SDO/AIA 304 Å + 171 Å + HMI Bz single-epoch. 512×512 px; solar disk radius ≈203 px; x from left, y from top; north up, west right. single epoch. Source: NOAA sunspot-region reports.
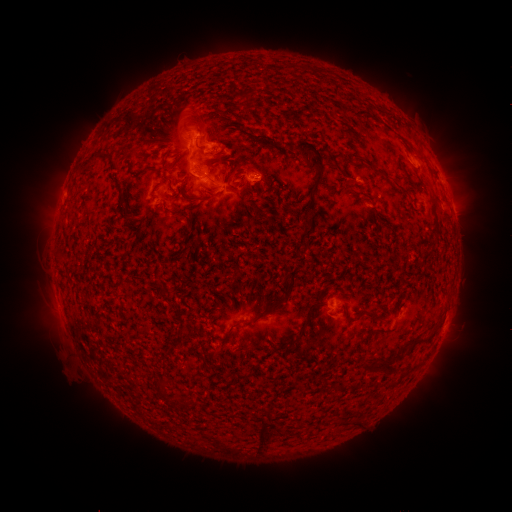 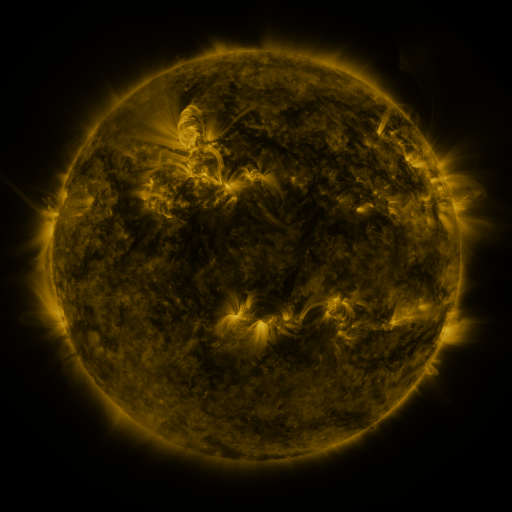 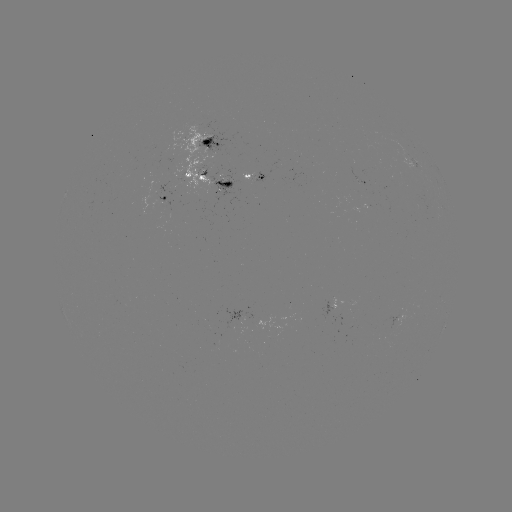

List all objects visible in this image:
spotted active region: (209, 142)
spotted active region: (212, 176)
spotted active region: (256, 179)
spotted active region: (171, 194)
spotted active region: (334, 306)
spotted active region: (246, 319)
spotted active region: (440, 336)
